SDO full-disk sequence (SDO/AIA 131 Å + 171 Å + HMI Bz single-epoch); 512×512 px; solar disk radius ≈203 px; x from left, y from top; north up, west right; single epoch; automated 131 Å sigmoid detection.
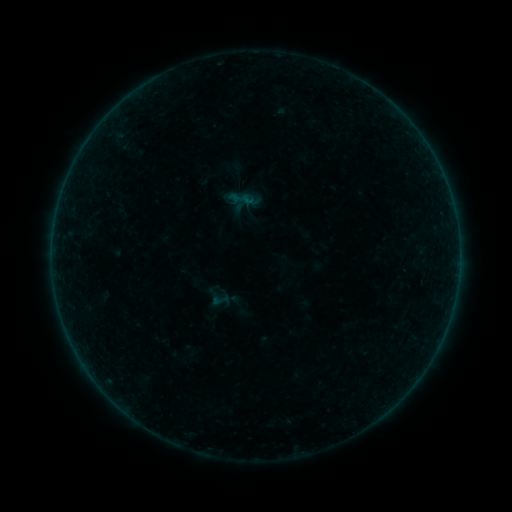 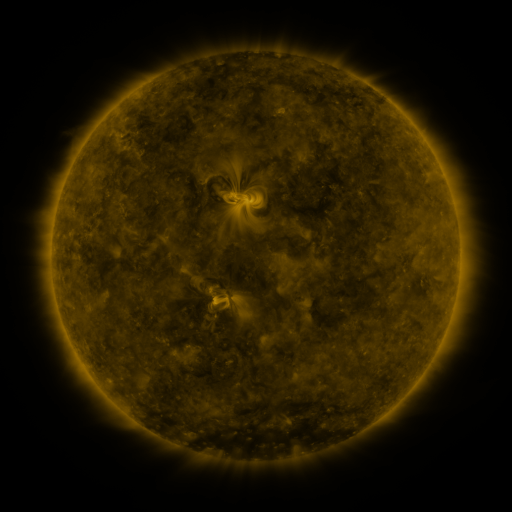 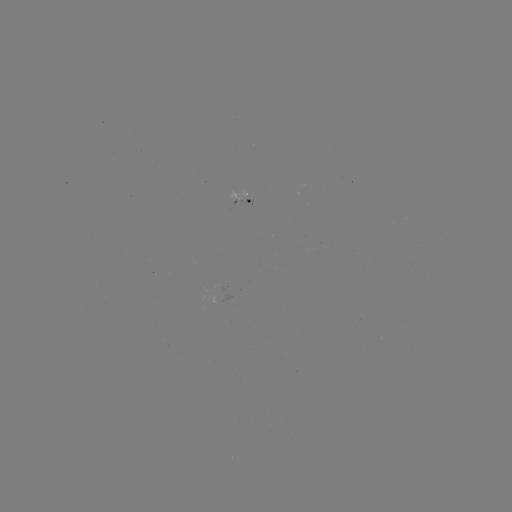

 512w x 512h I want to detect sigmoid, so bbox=[210, 291, 230, 309].